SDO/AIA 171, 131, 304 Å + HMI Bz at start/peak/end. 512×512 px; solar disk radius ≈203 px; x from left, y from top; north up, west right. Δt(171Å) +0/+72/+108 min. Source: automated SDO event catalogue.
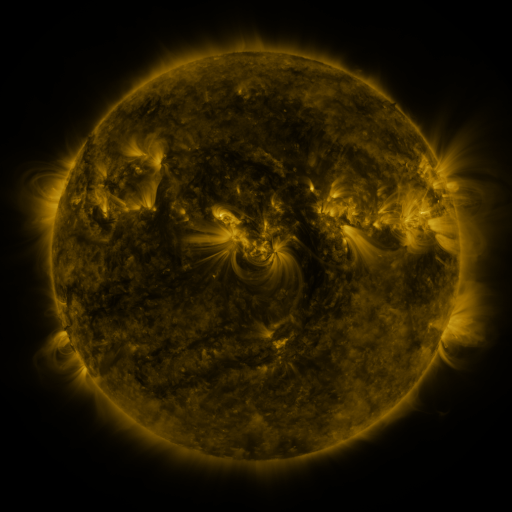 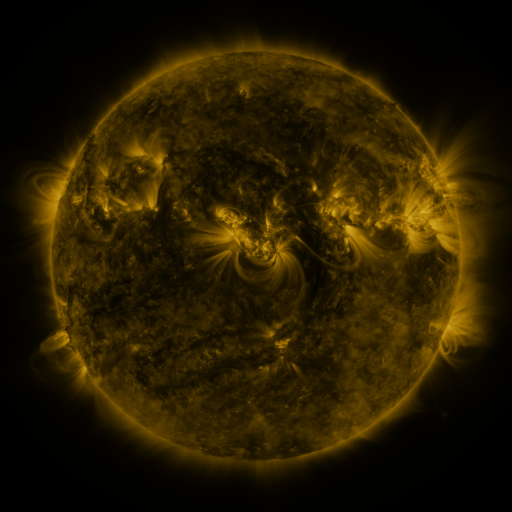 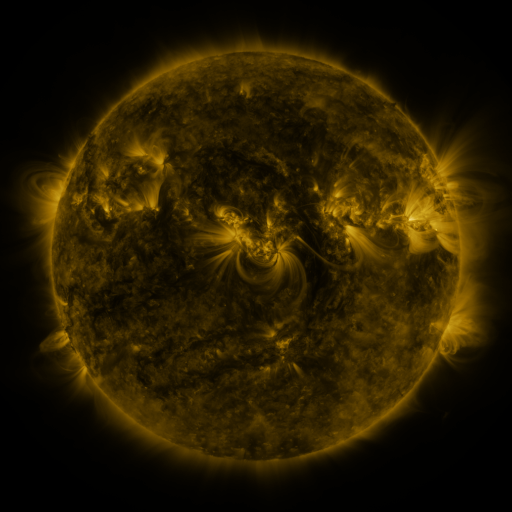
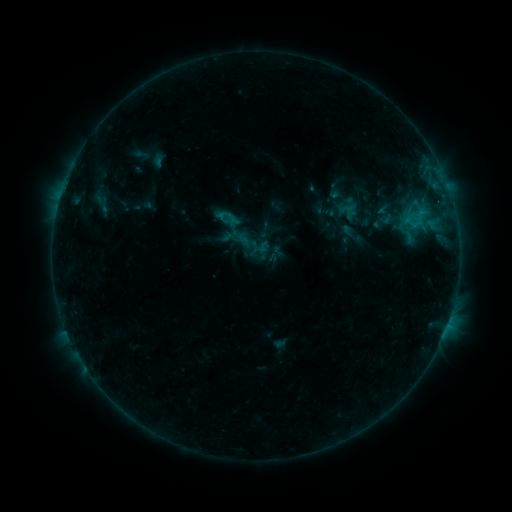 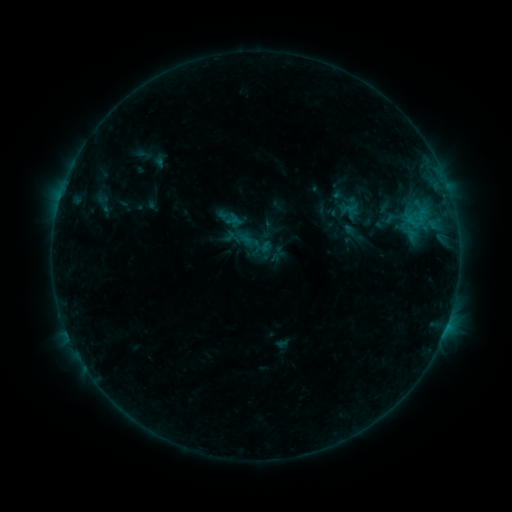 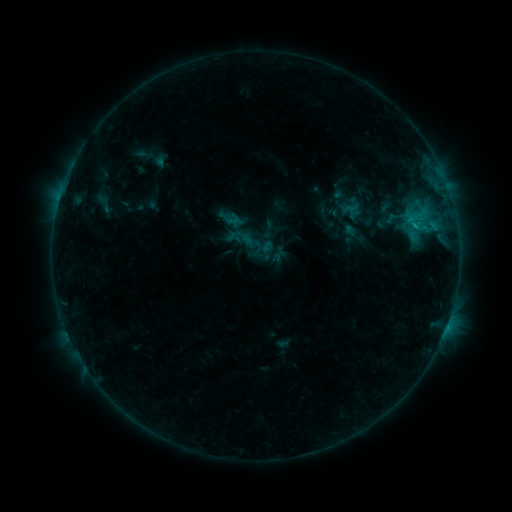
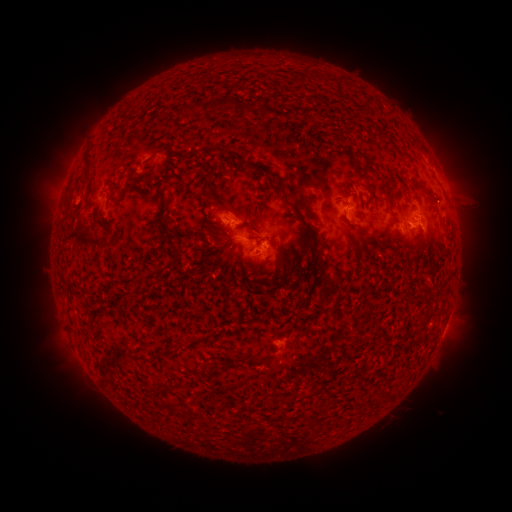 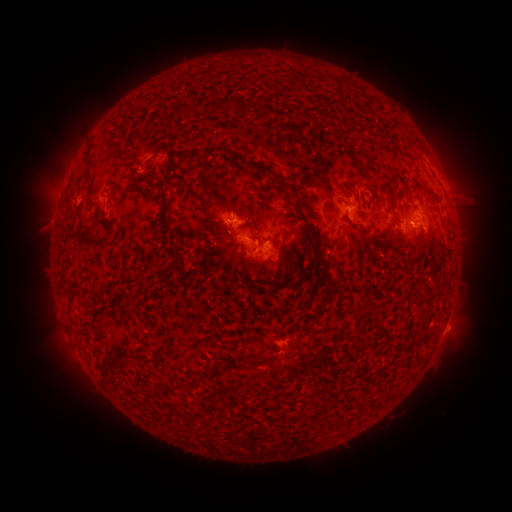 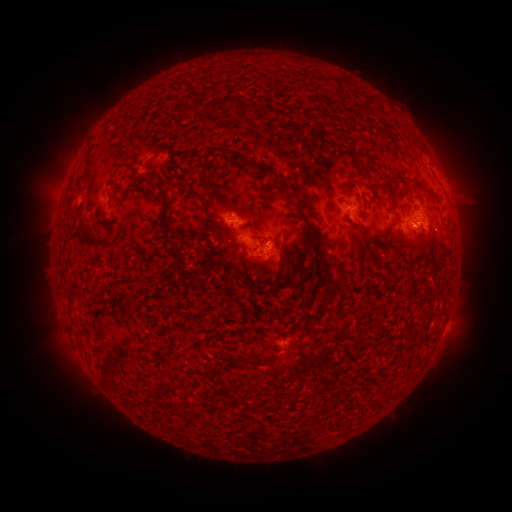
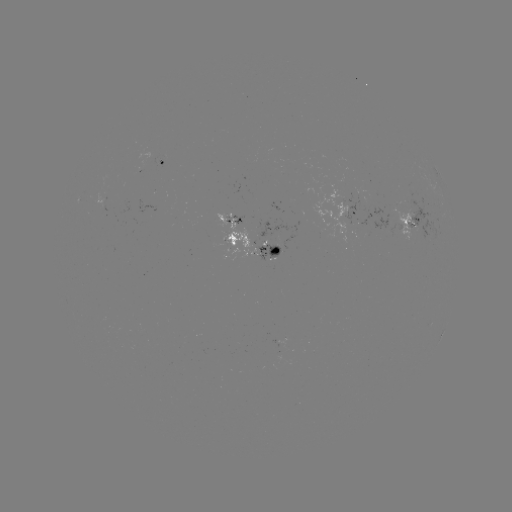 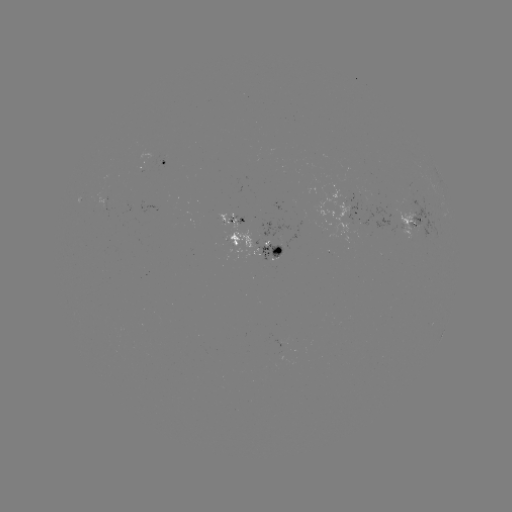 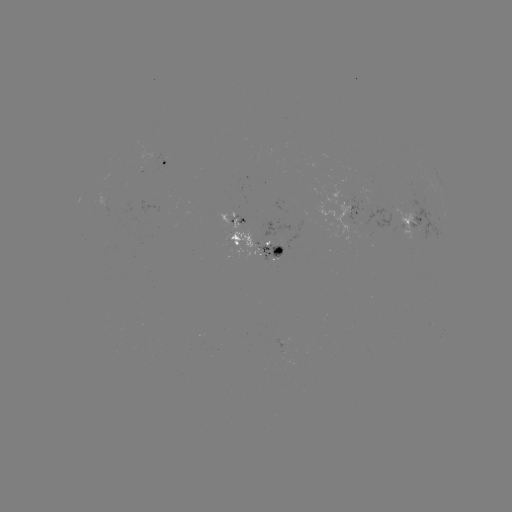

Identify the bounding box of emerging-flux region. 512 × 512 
[401, 196, 440, 241].